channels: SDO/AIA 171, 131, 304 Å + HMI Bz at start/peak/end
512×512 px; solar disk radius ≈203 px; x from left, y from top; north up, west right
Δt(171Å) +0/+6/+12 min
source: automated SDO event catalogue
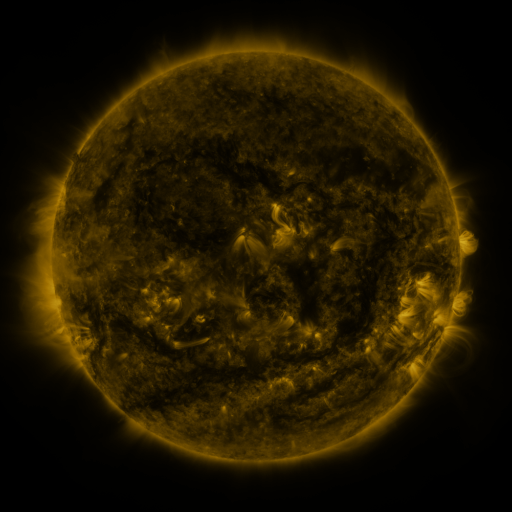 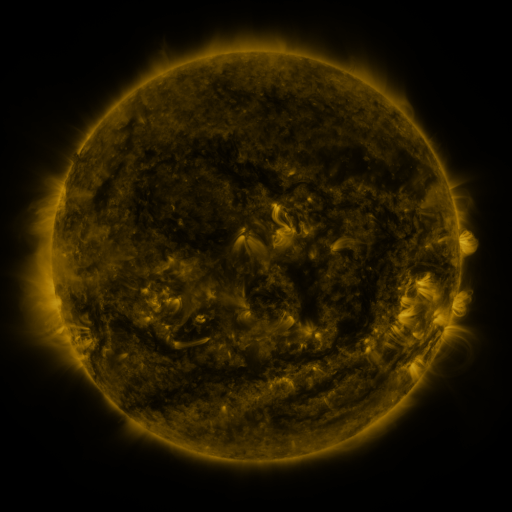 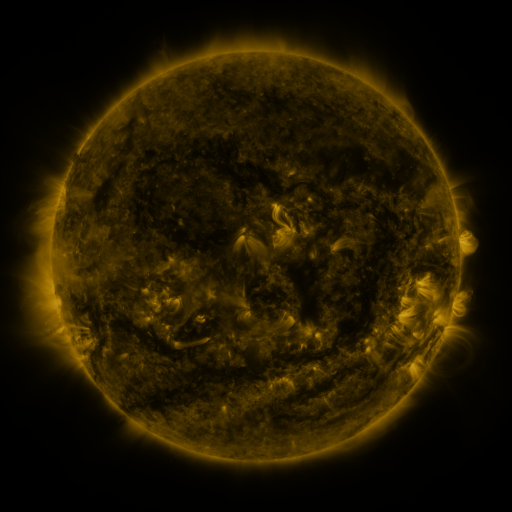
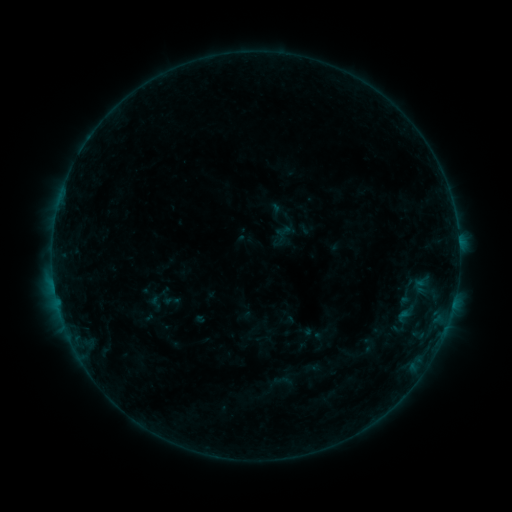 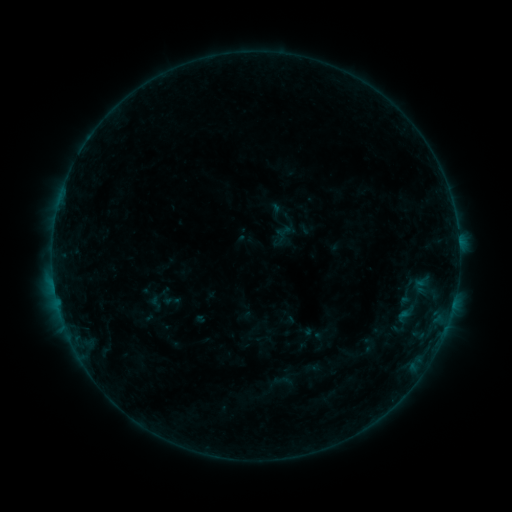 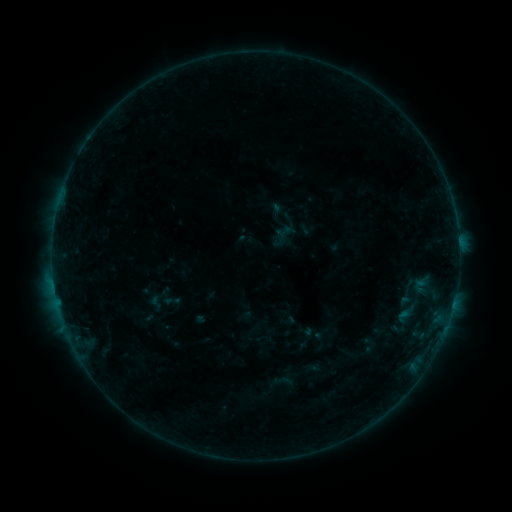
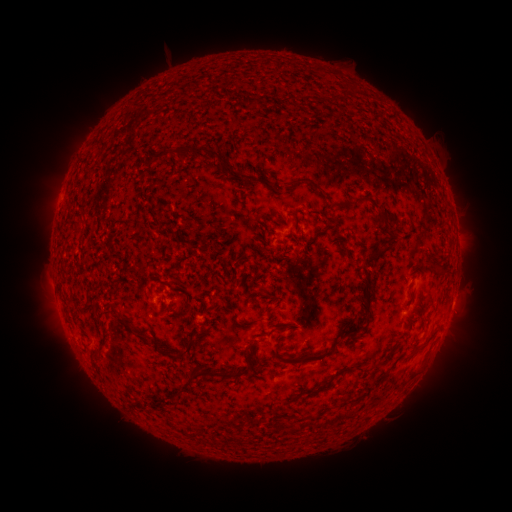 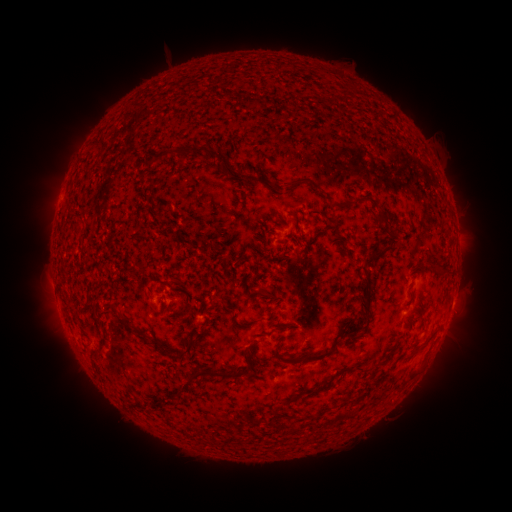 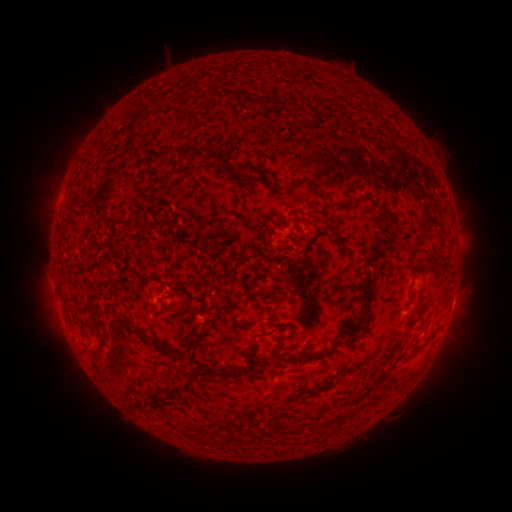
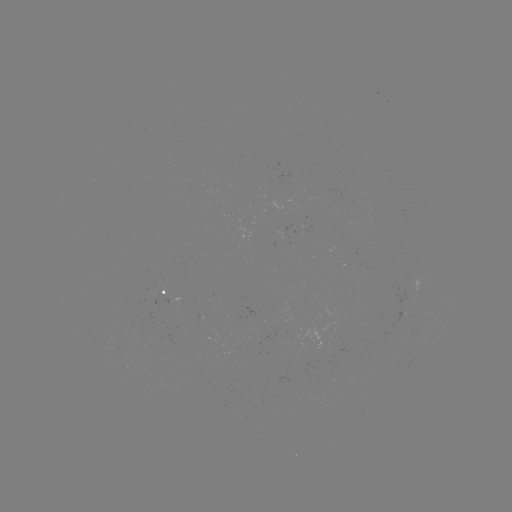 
no classed flare was catalogued and no EUV brightening was flagged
